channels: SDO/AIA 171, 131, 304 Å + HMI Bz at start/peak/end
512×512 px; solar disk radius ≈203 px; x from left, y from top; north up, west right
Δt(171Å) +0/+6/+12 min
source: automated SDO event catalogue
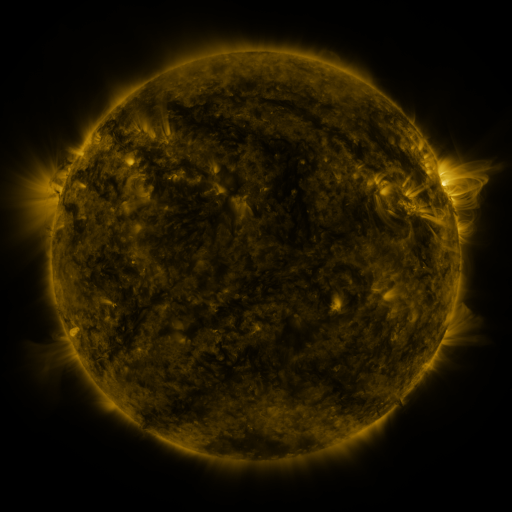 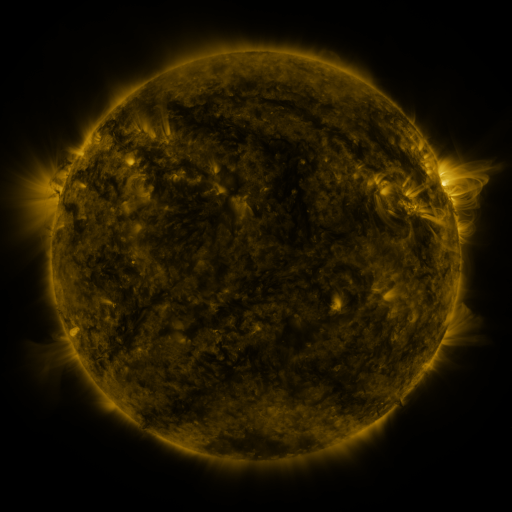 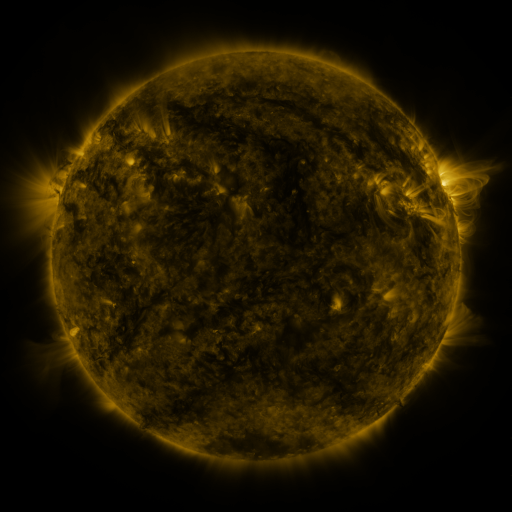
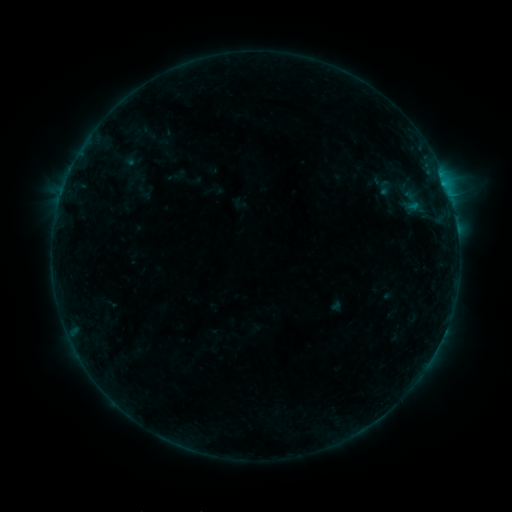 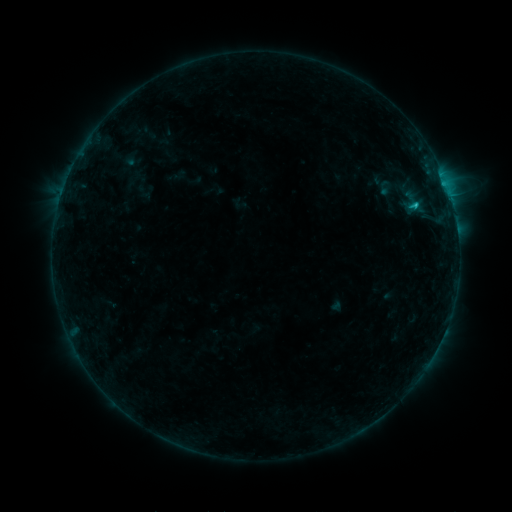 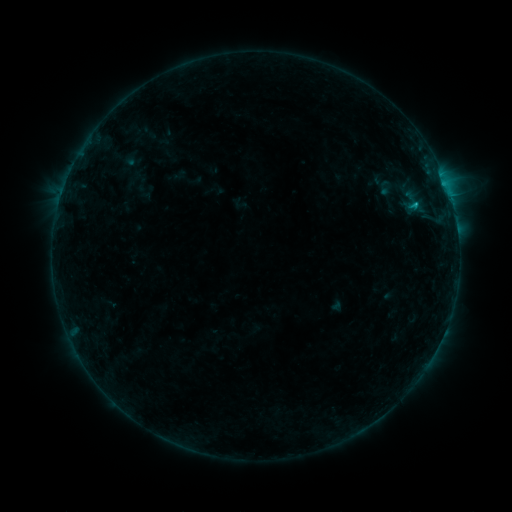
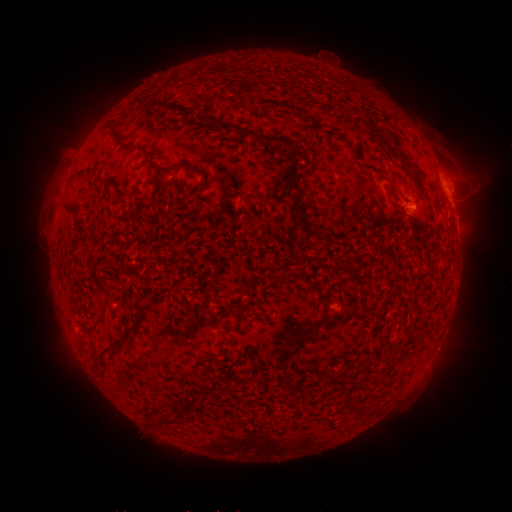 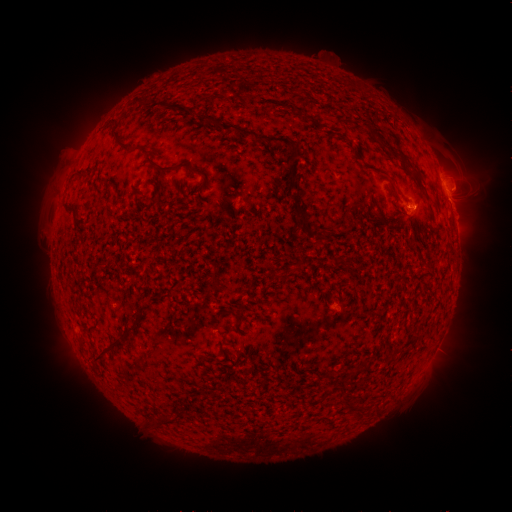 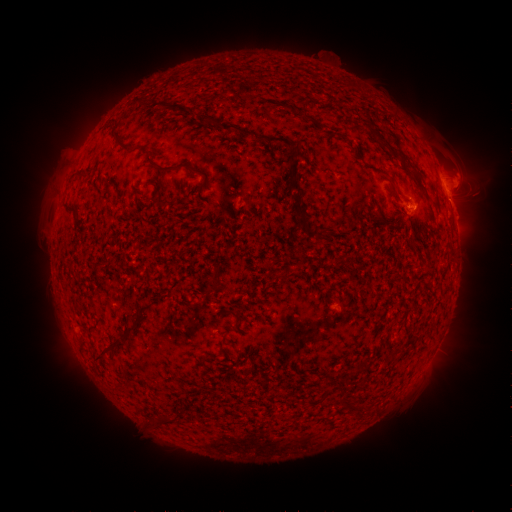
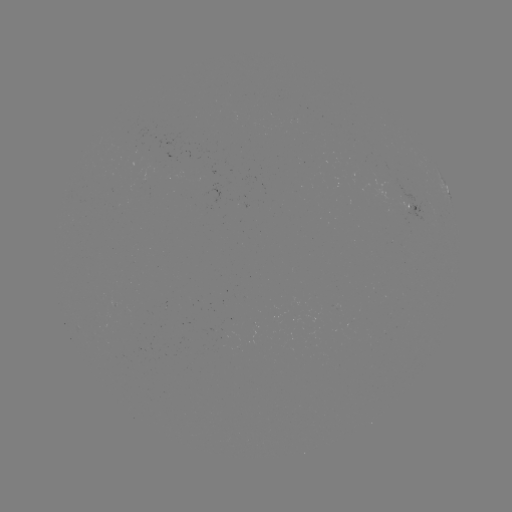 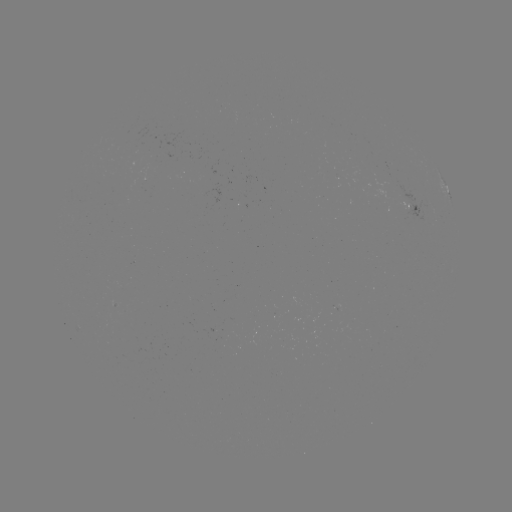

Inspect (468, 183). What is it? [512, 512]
eruption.